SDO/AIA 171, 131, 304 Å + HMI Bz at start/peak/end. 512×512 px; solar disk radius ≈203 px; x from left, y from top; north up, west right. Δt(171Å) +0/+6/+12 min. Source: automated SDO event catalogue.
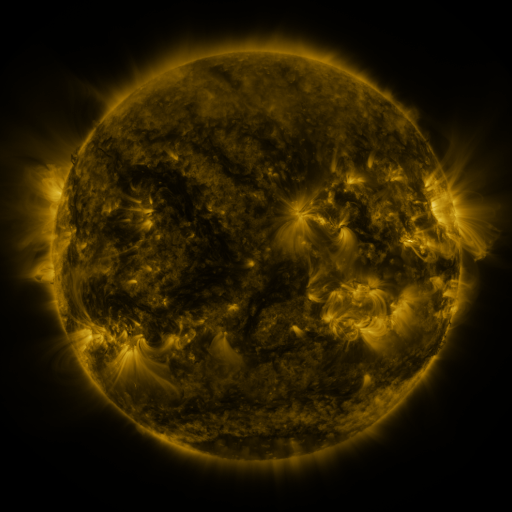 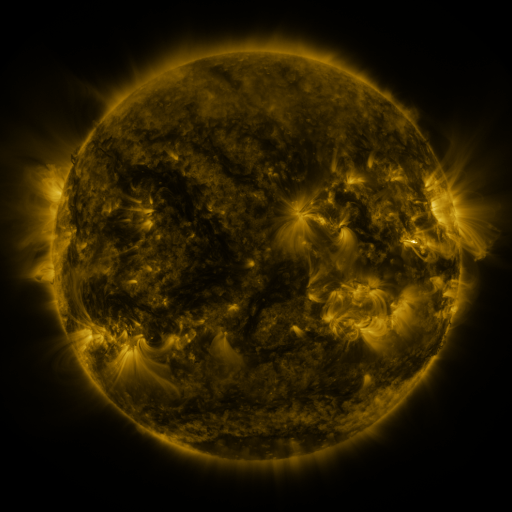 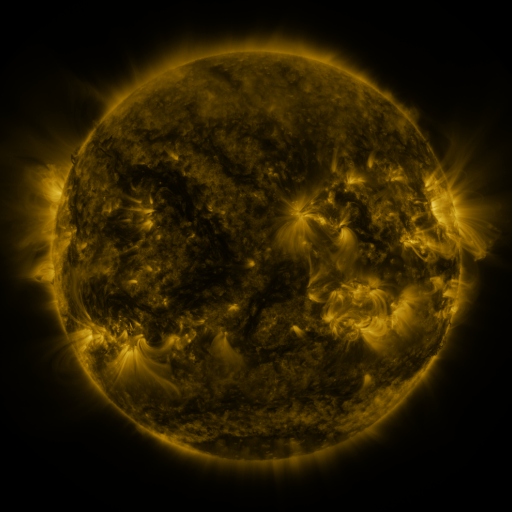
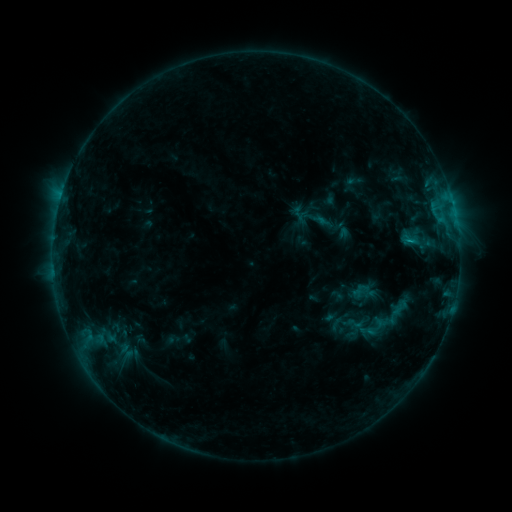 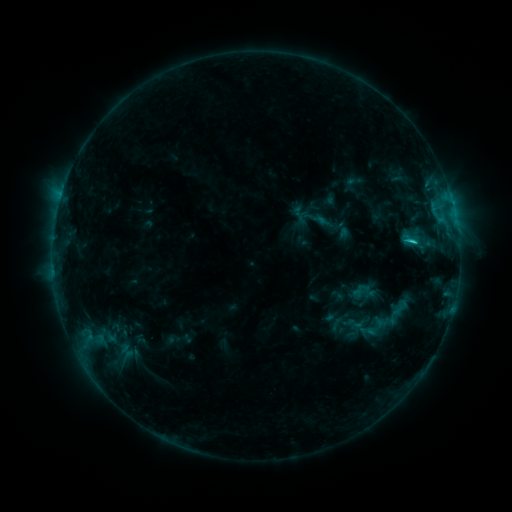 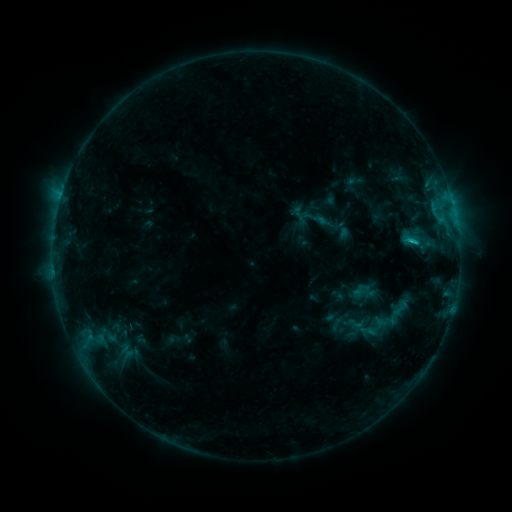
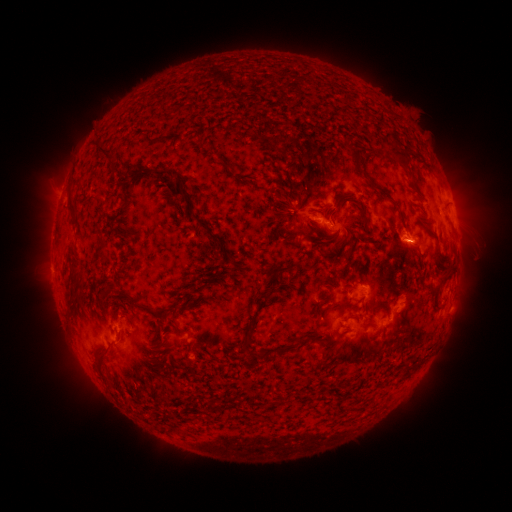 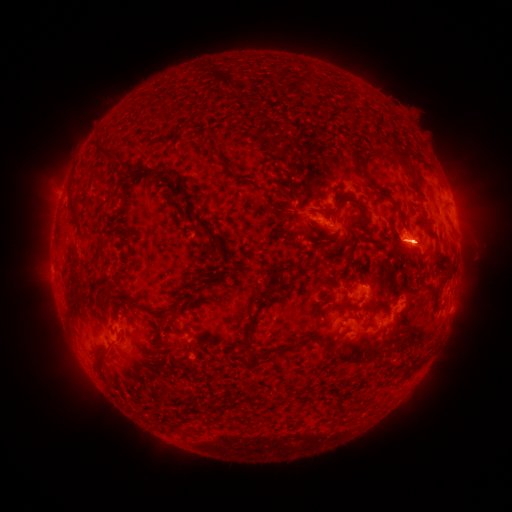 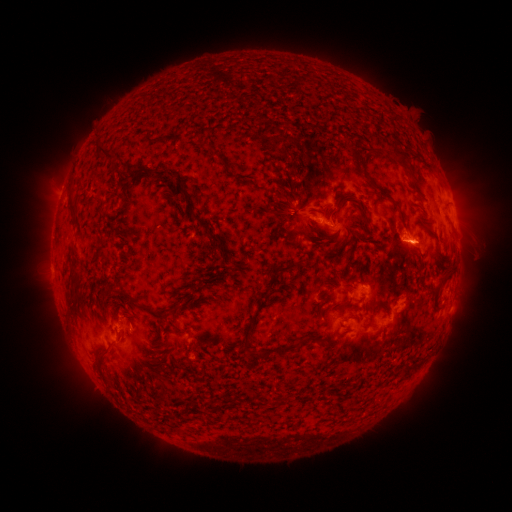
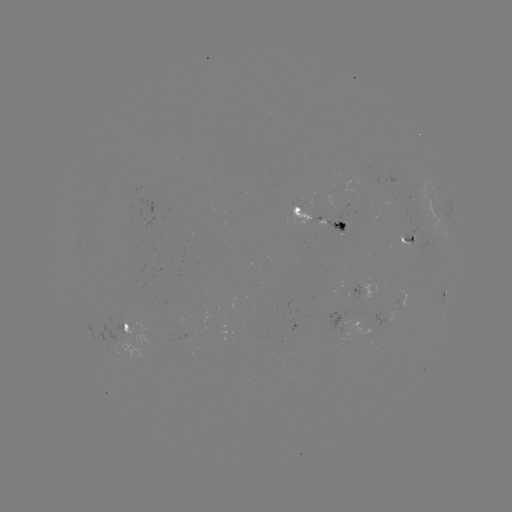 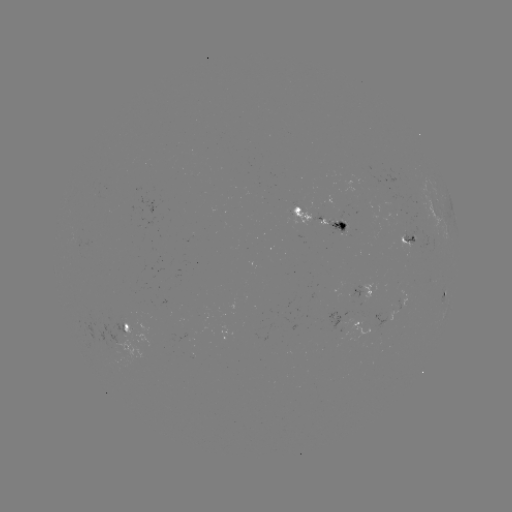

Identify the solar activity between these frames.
C1.1 flare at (411, 243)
